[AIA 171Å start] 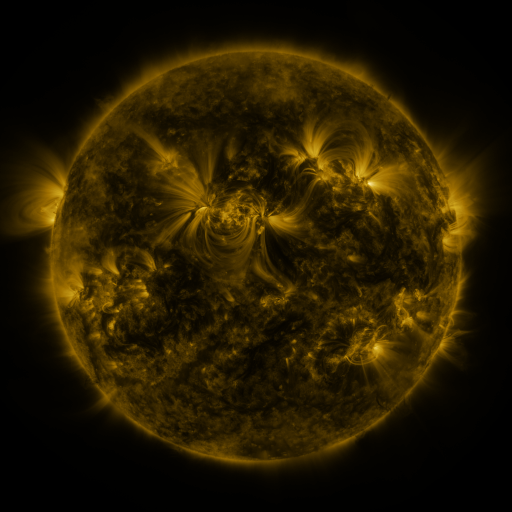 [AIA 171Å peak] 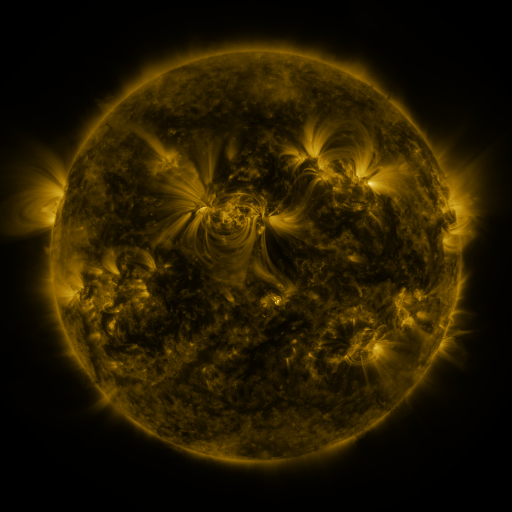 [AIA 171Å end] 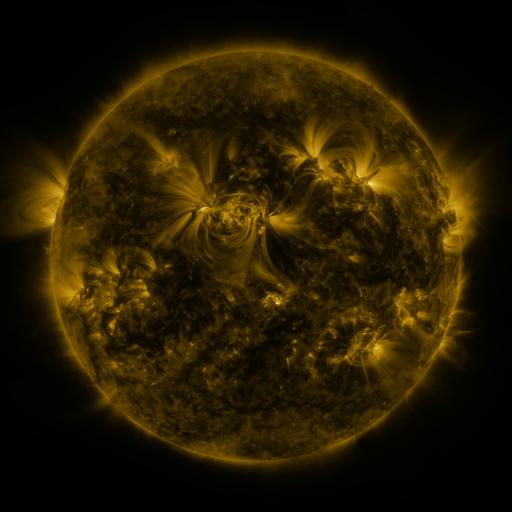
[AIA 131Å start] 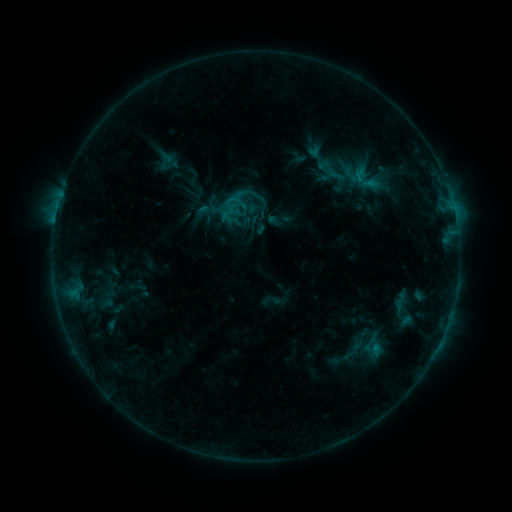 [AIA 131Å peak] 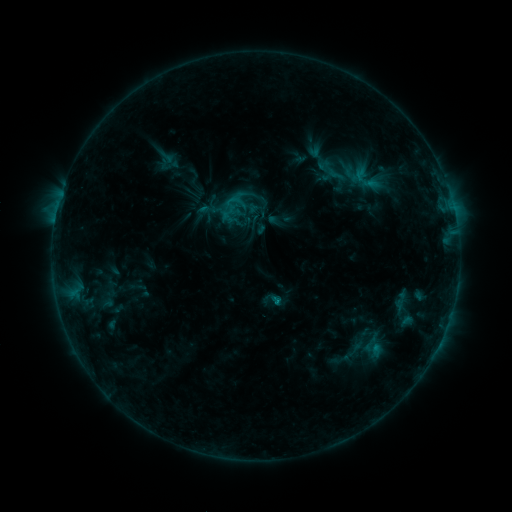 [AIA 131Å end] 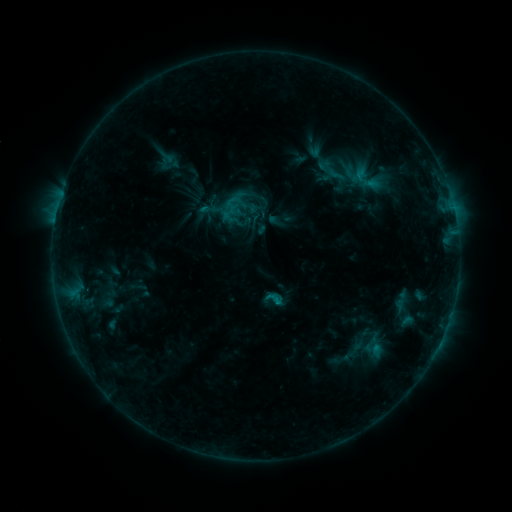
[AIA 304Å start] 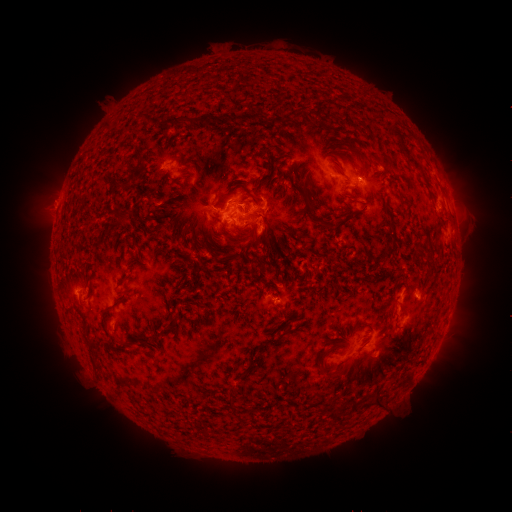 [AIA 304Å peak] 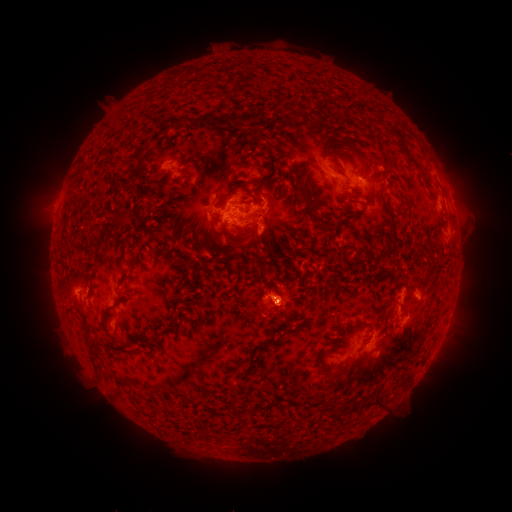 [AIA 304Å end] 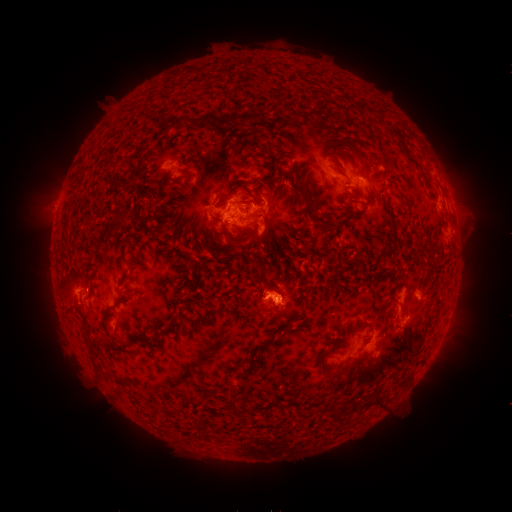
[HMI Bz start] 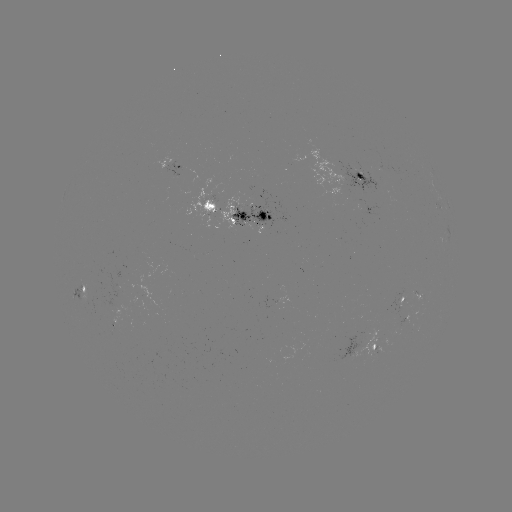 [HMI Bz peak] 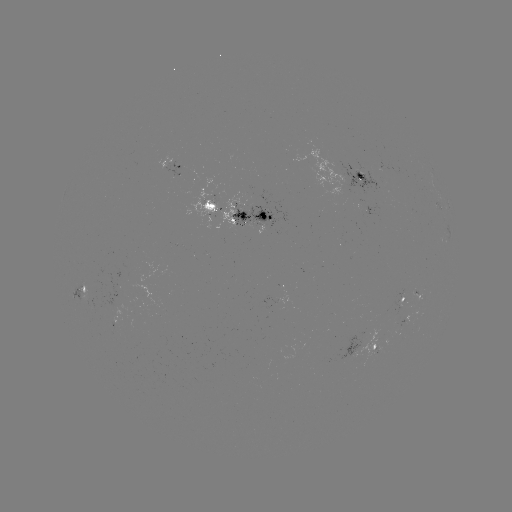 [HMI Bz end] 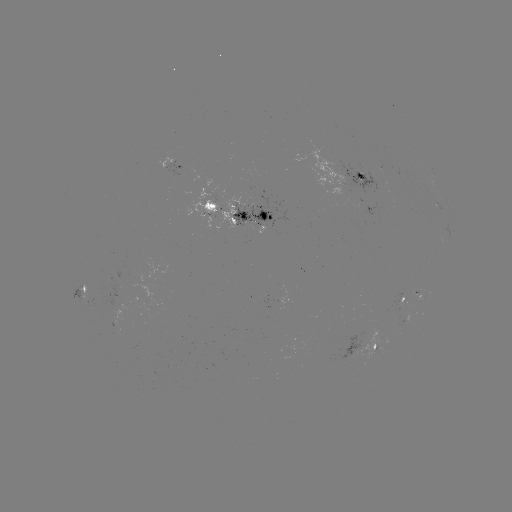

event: eruption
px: (277, 288)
